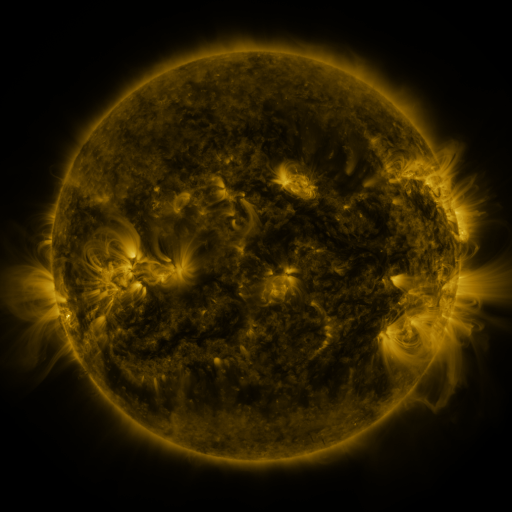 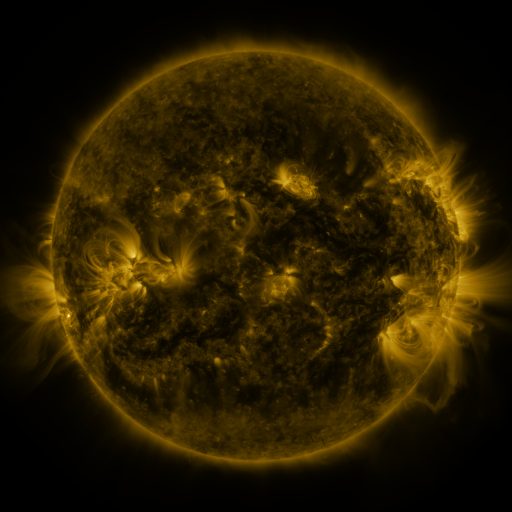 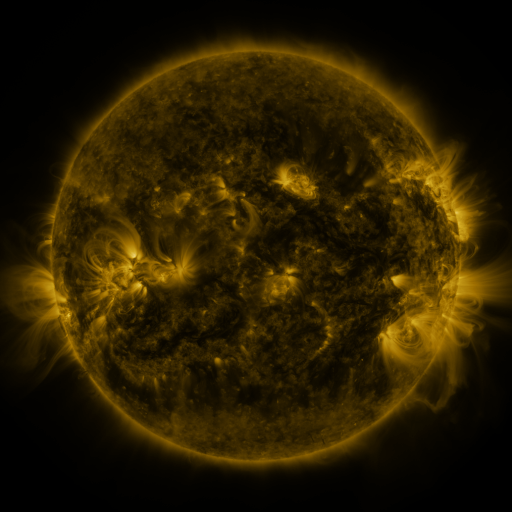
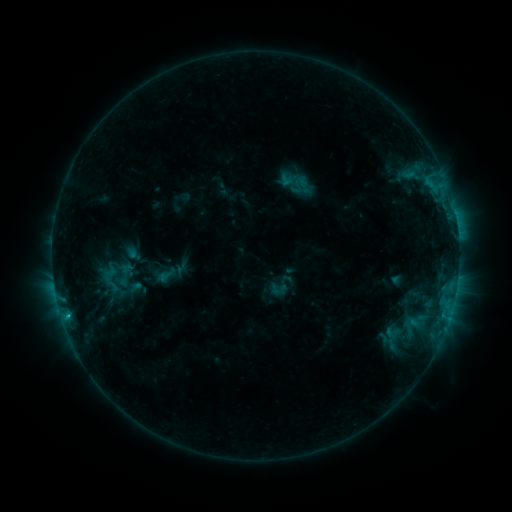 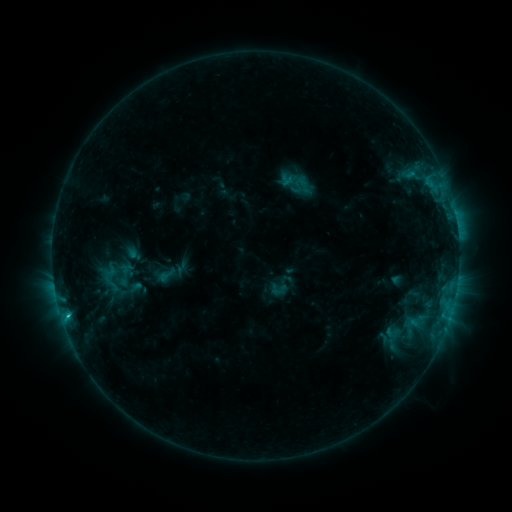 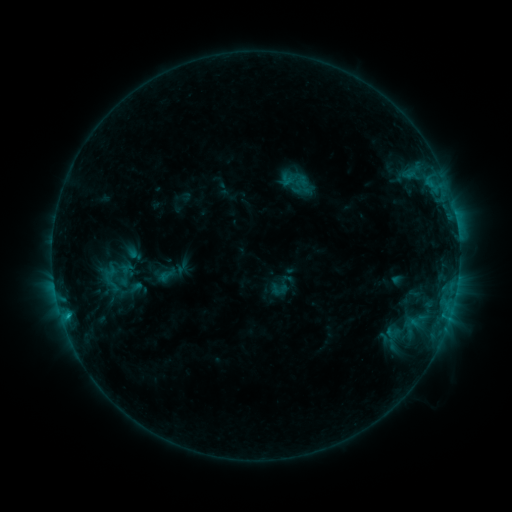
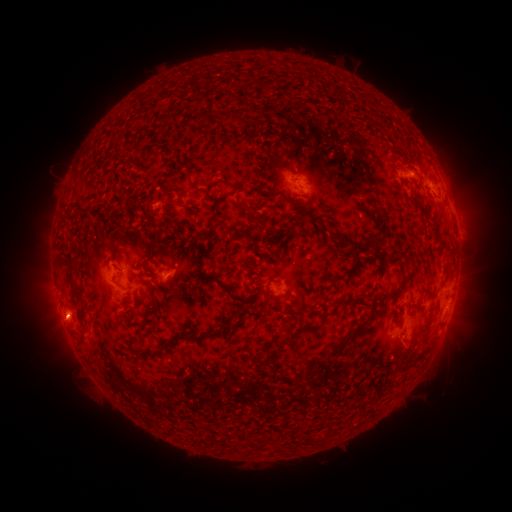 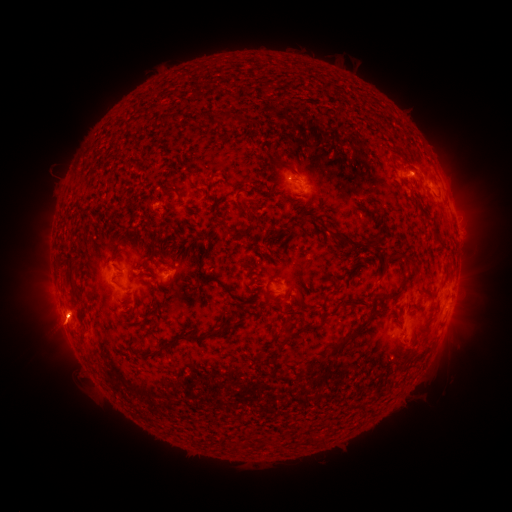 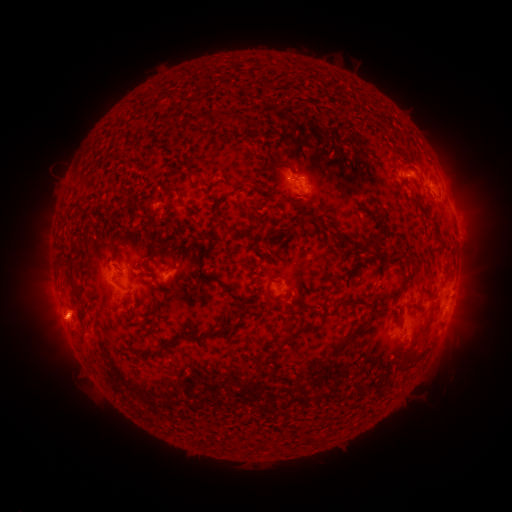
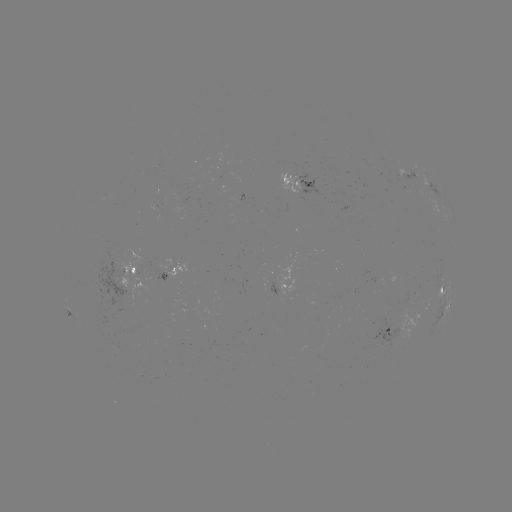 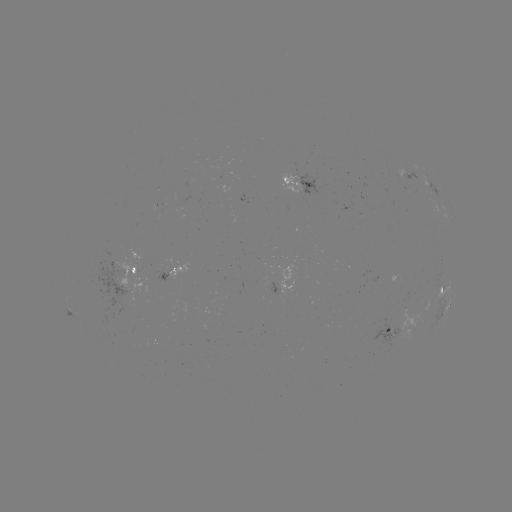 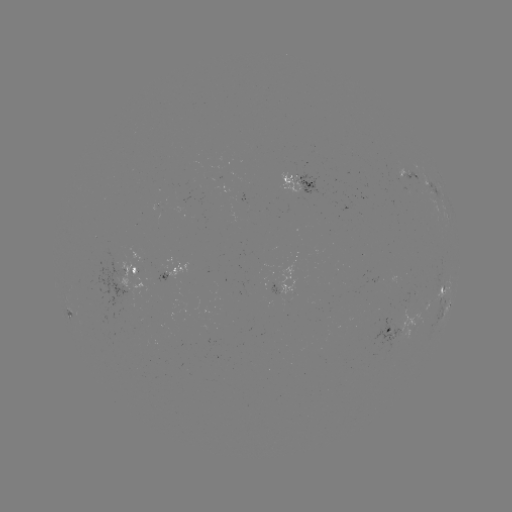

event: flare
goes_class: C1.0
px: (68, 312)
